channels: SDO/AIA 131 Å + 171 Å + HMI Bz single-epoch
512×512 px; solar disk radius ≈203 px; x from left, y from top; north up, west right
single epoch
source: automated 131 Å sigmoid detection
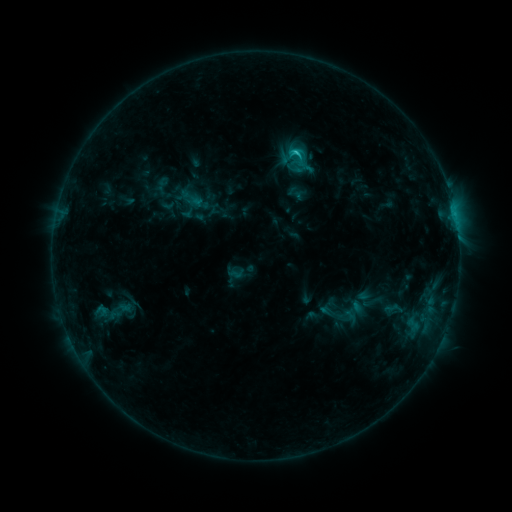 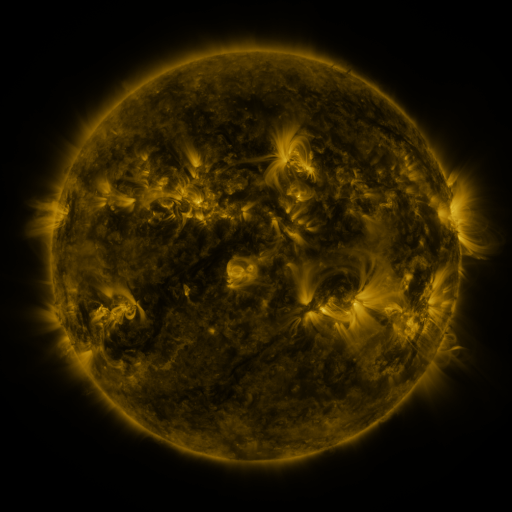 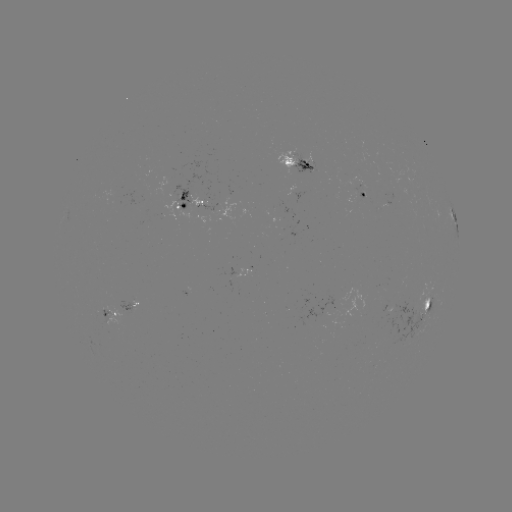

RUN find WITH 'sigmoid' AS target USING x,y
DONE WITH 297,156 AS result